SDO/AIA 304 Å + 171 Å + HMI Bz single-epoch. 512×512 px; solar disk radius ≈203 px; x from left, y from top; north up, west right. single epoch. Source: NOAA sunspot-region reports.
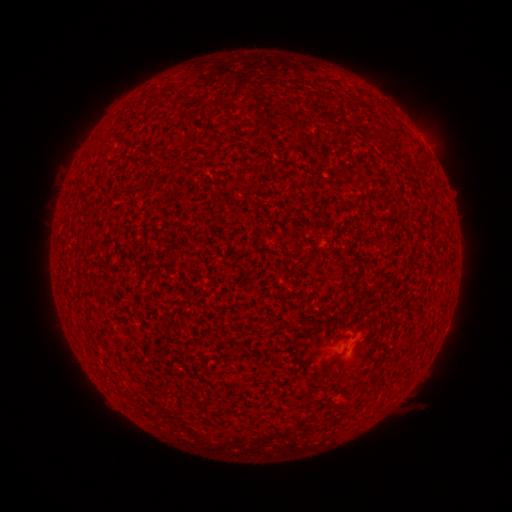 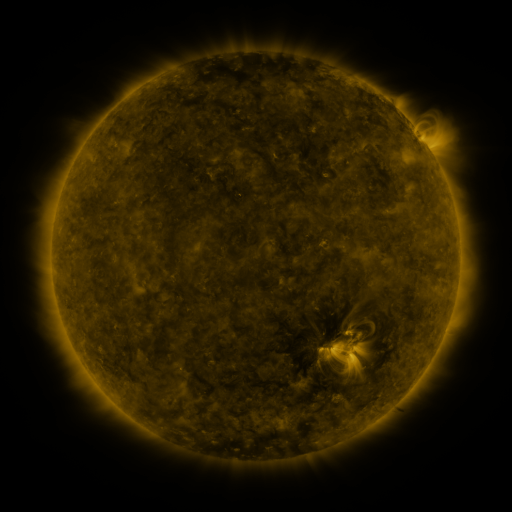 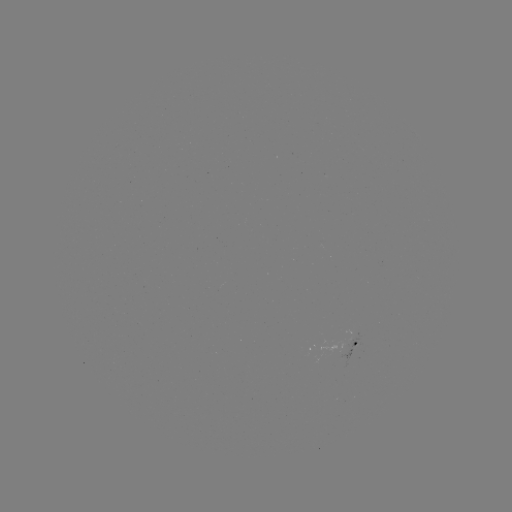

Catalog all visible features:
(none)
